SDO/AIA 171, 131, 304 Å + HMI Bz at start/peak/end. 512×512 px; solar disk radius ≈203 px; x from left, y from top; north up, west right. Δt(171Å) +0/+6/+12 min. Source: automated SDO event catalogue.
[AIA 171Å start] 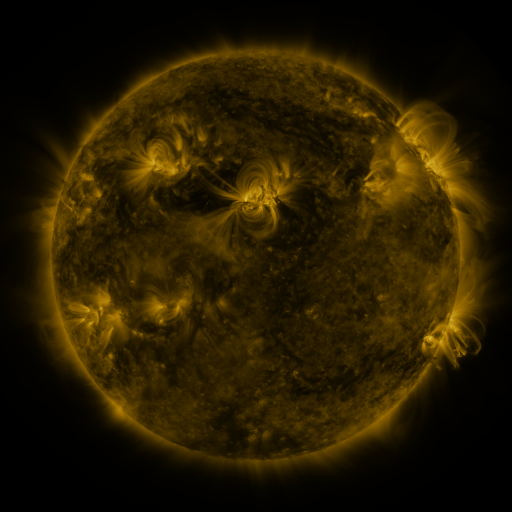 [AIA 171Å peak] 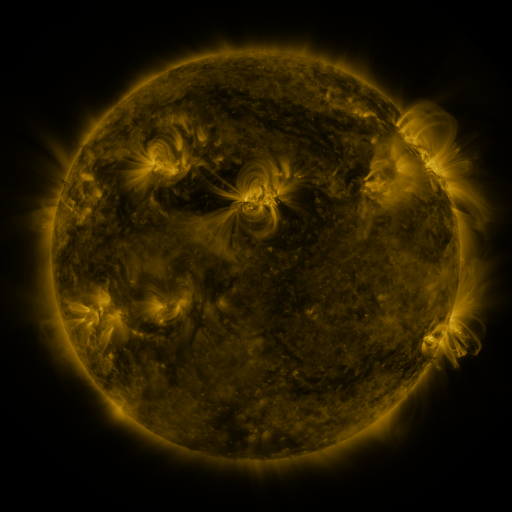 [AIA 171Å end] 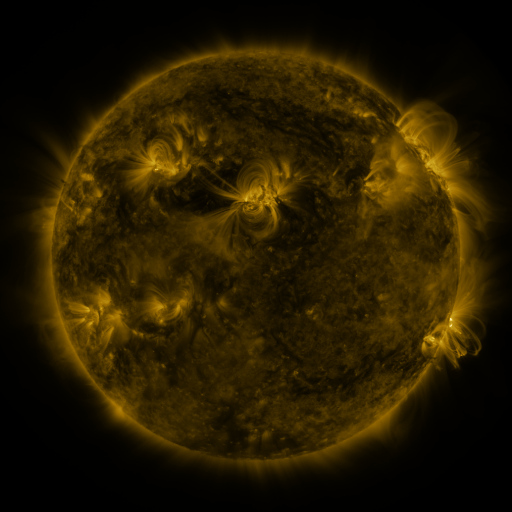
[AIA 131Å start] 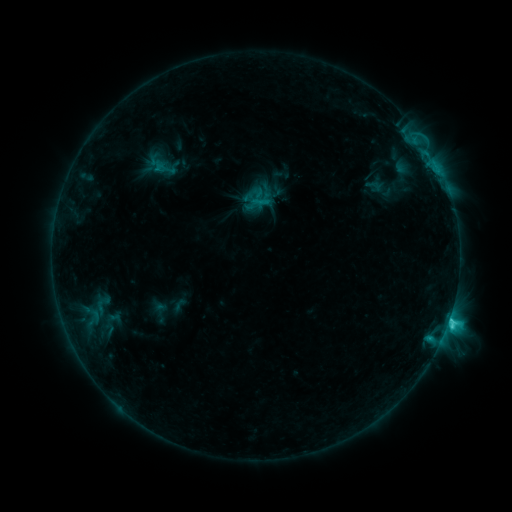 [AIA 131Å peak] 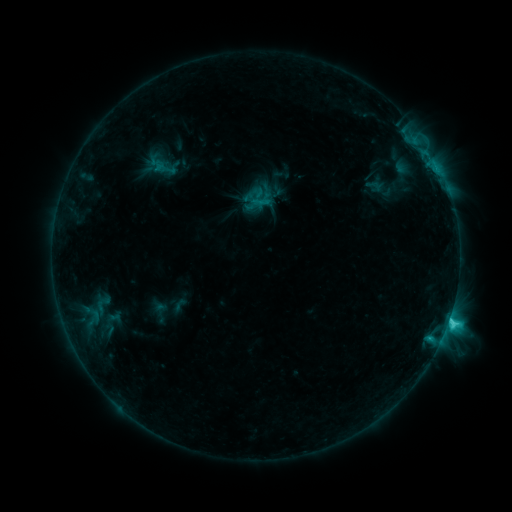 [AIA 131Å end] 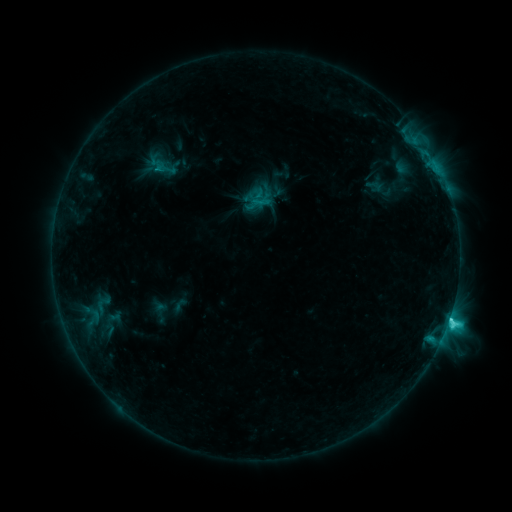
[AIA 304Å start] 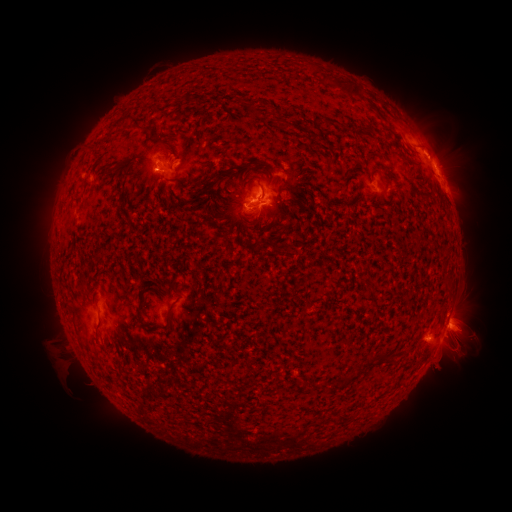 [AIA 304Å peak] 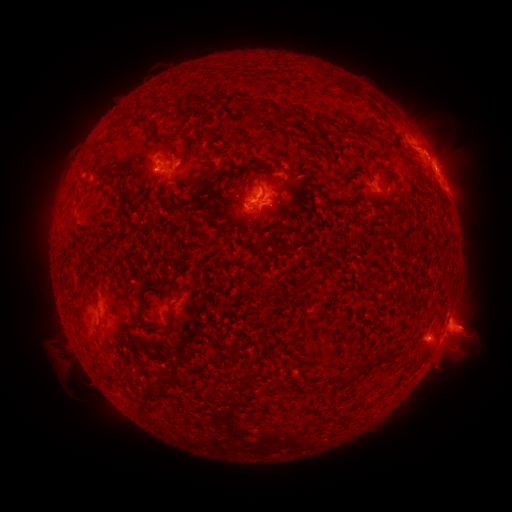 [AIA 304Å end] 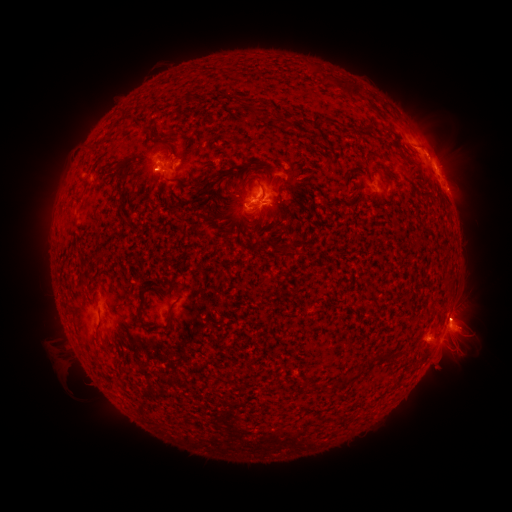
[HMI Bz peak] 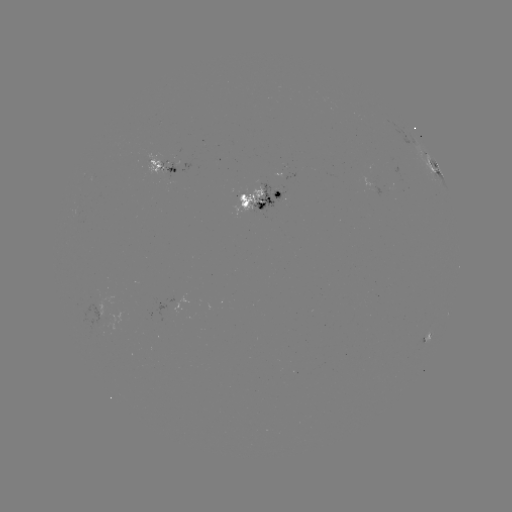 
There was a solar eruption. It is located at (475, 325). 